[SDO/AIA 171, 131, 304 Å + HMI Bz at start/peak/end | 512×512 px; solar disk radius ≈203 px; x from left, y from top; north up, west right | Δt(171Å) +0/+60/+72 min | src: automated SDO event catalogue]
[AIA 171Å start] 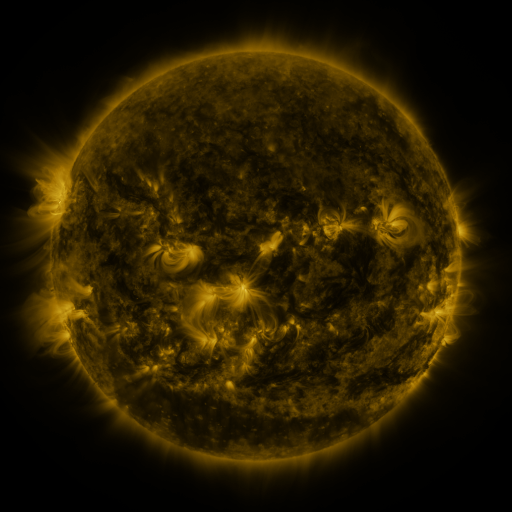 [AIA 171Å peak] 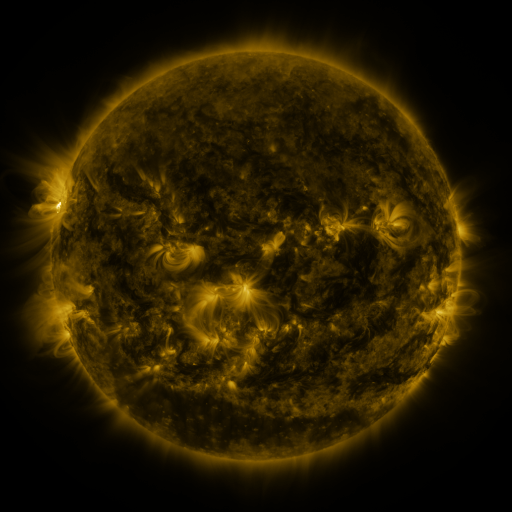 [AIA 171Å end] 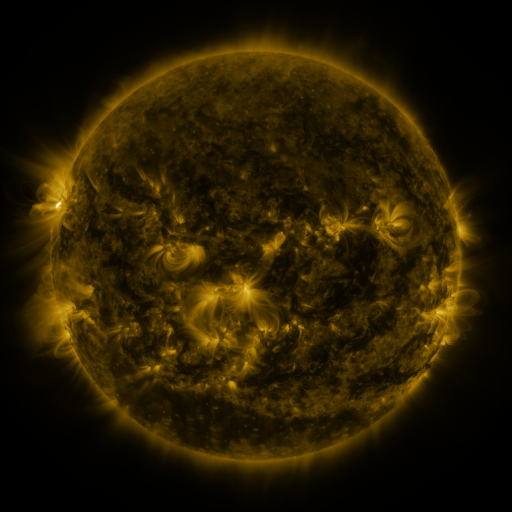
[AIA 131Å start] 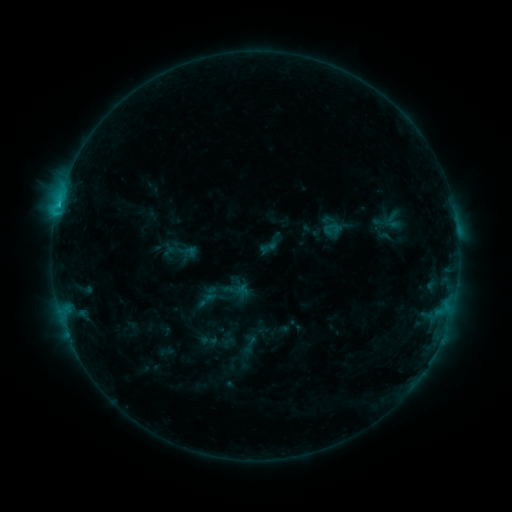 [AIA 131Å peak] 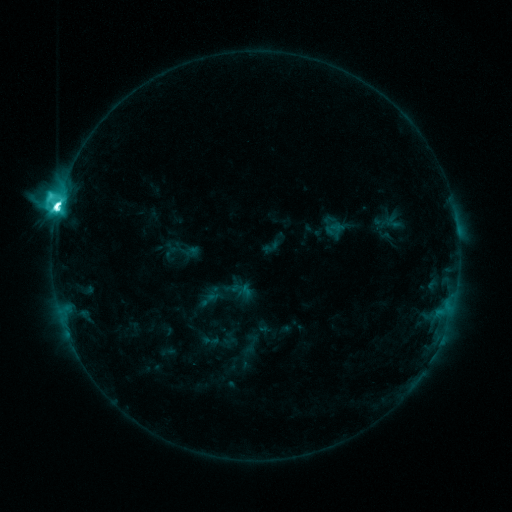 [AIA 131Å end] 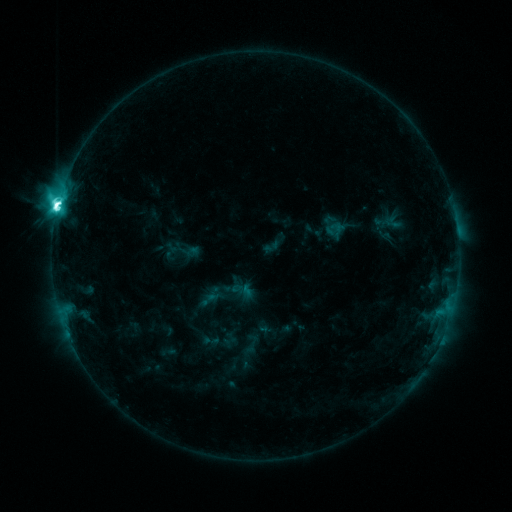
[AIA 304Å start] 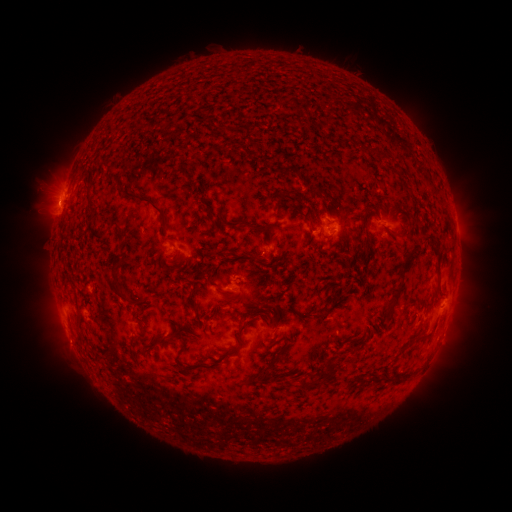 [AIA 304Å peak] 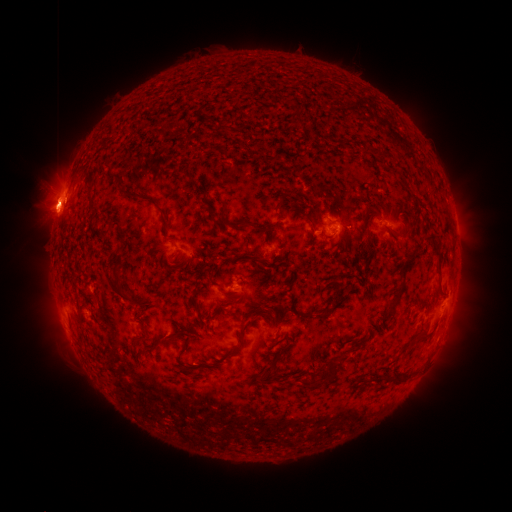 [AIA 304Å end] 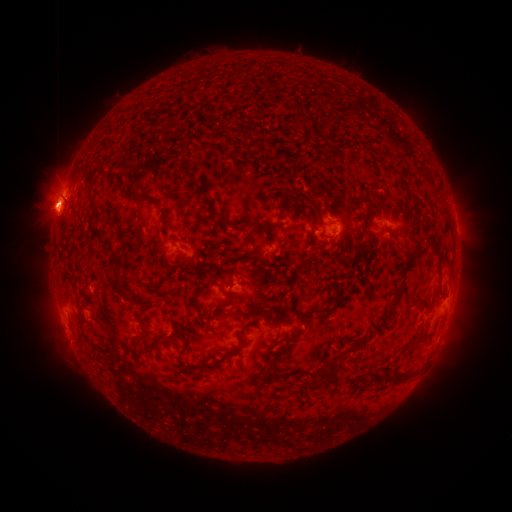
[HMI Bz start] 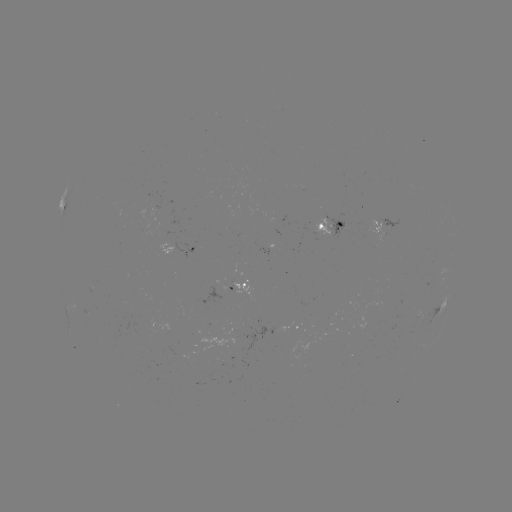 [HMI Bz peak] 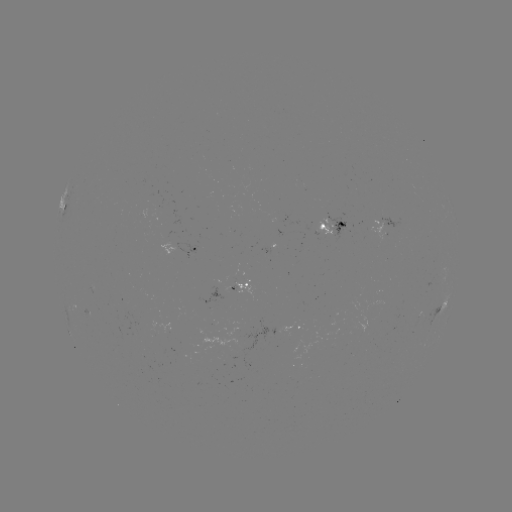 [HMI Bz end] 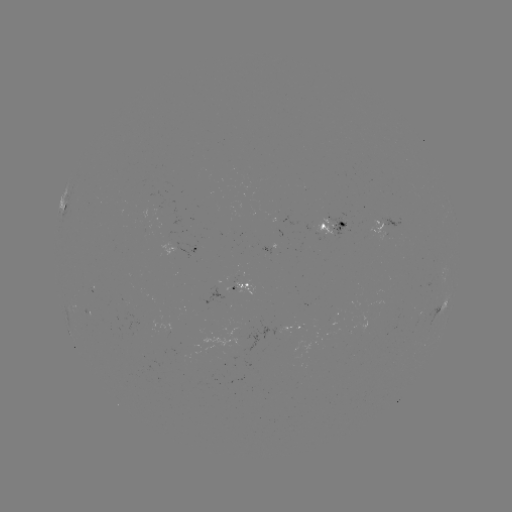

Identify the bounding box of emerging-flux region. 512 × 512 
[366, 219, 387, 241].